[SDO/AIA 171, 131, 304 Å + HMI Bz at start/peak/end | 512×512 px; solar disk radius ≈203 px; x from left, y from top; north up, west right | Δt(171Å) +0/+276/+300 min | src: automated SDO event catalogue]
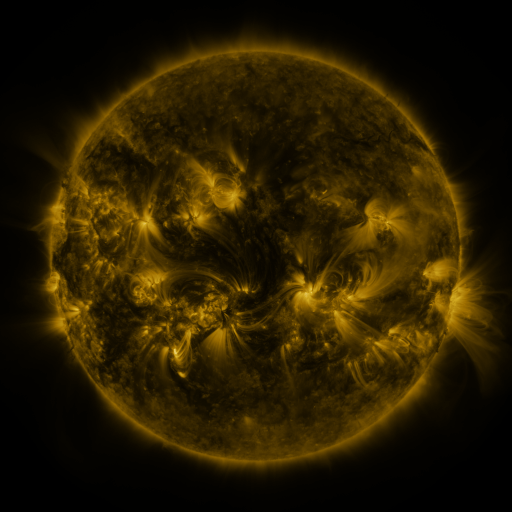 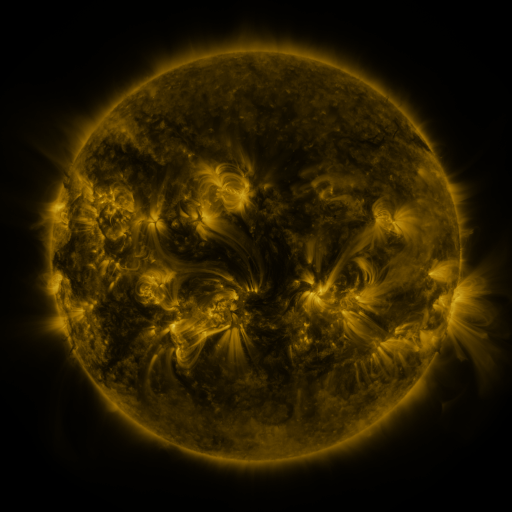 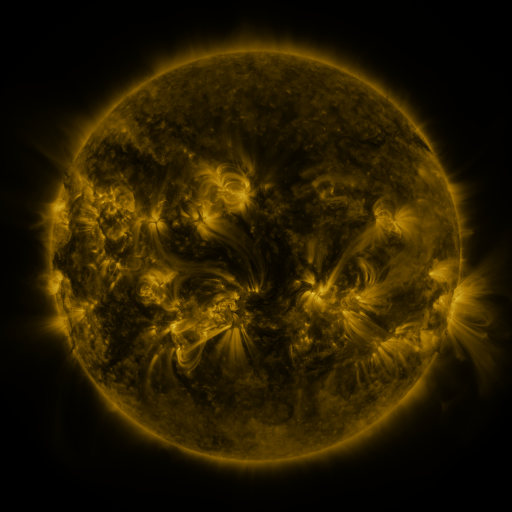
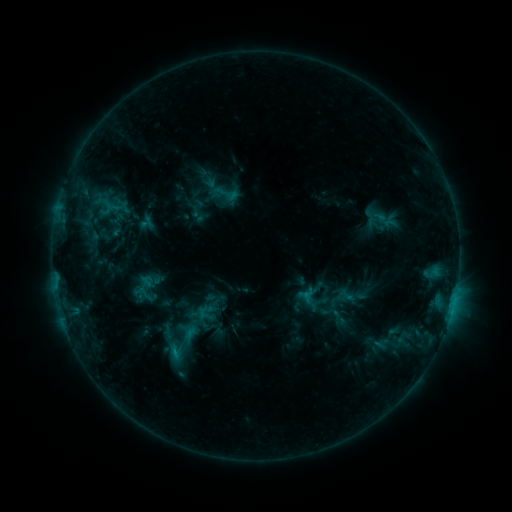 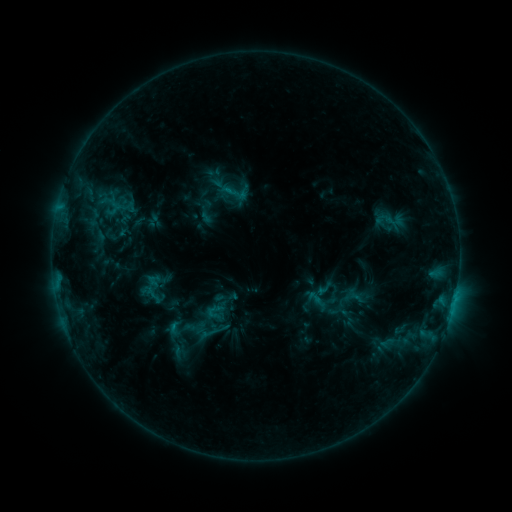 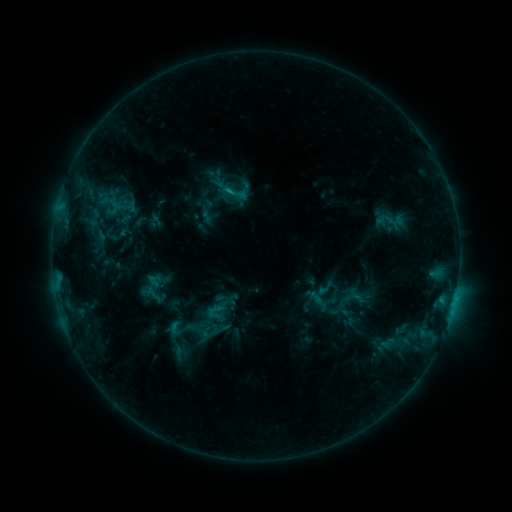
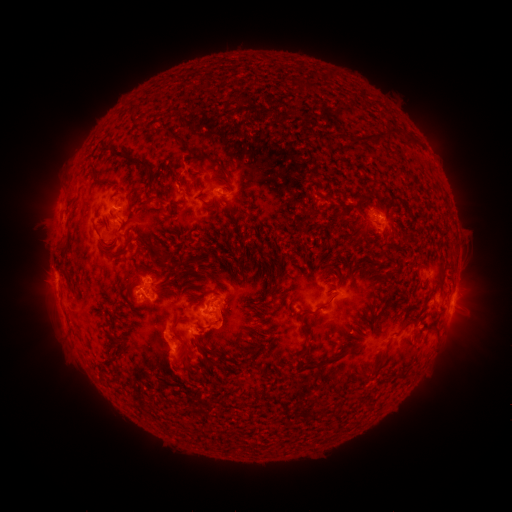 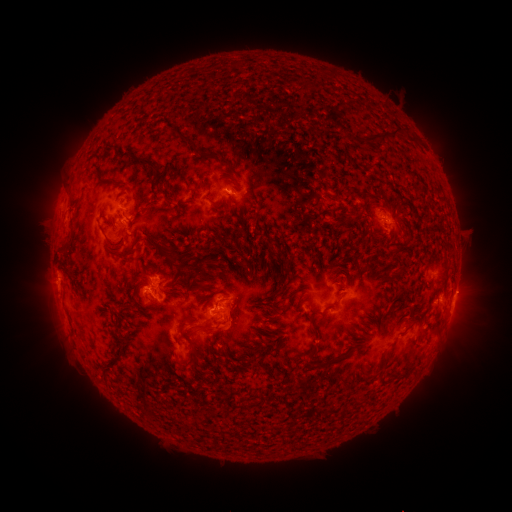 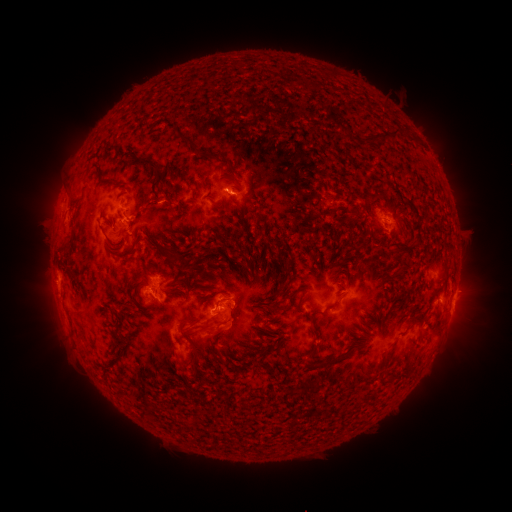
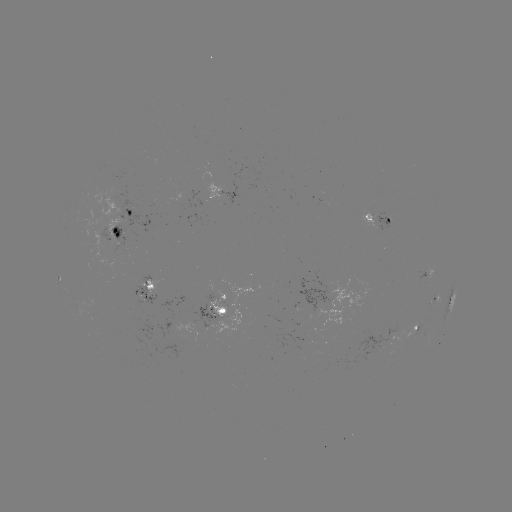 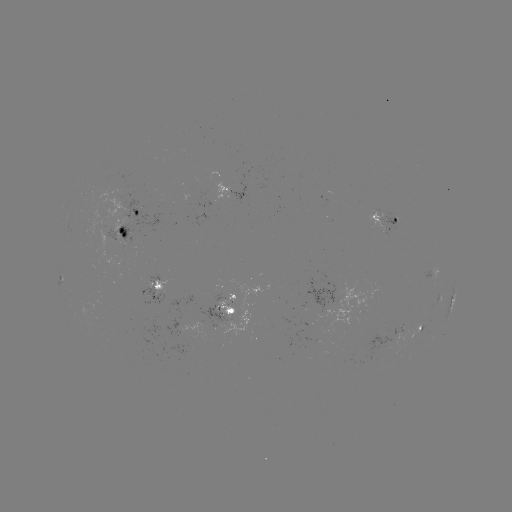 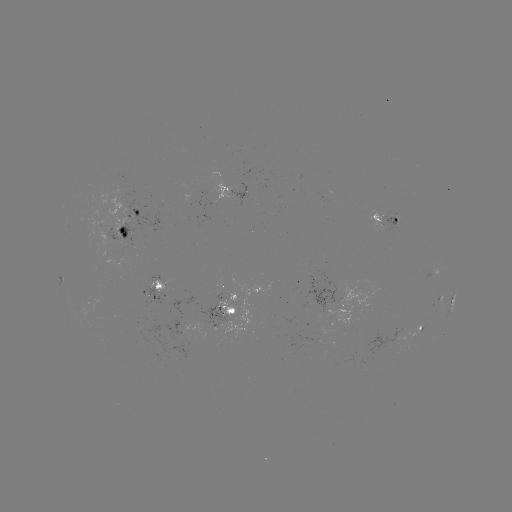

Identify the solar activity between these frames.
emerging-flux region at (228, 198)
